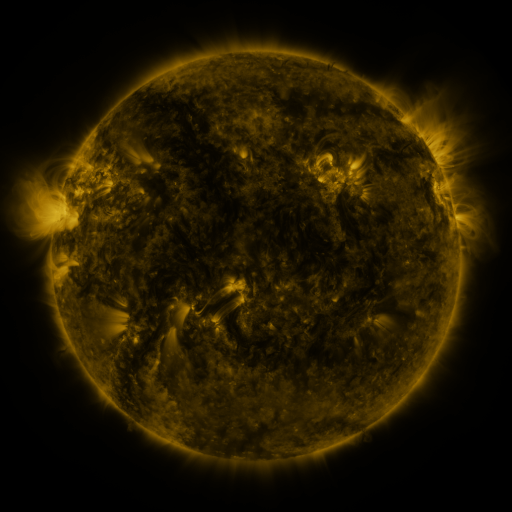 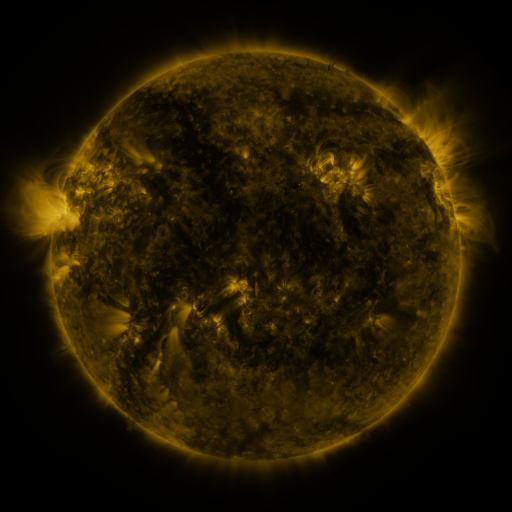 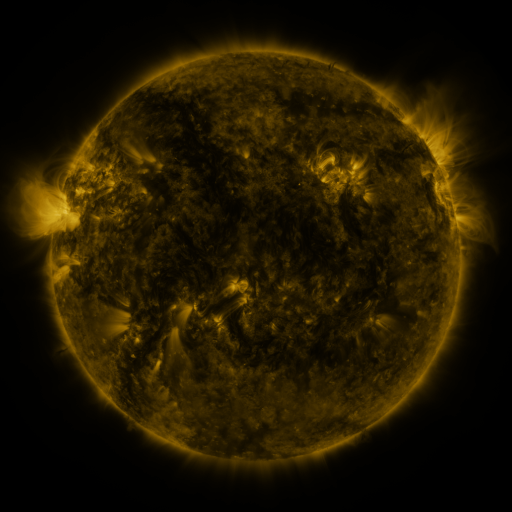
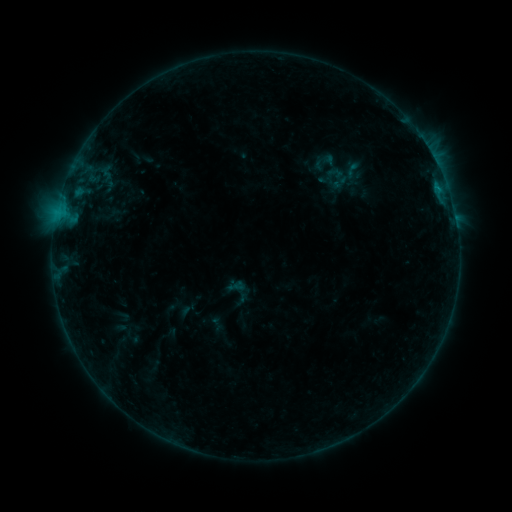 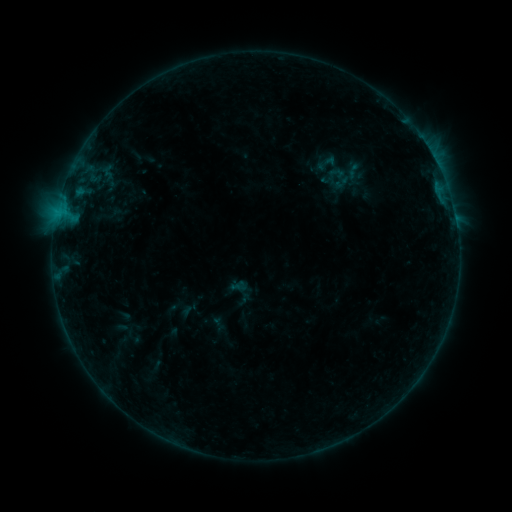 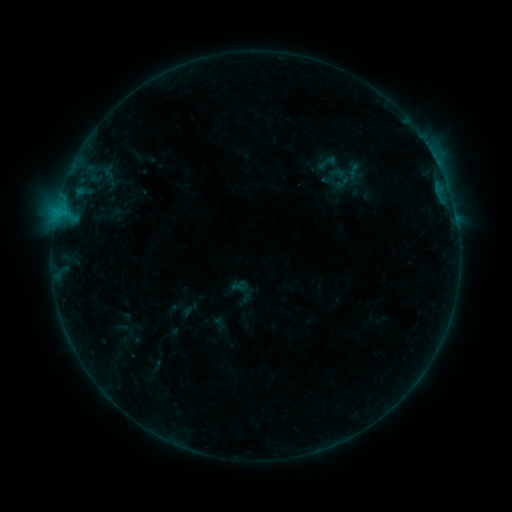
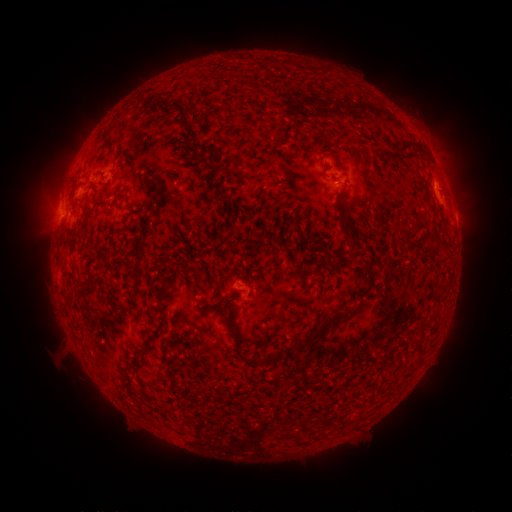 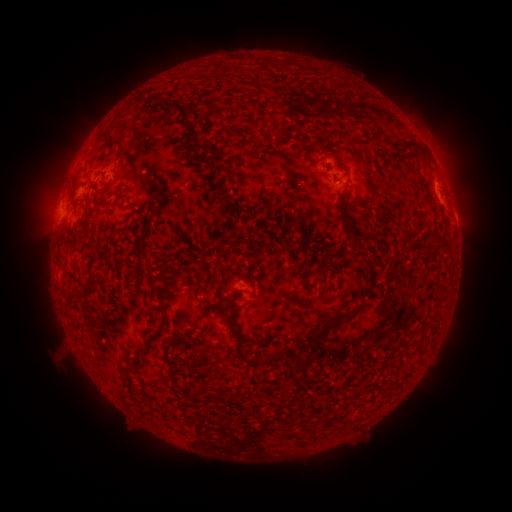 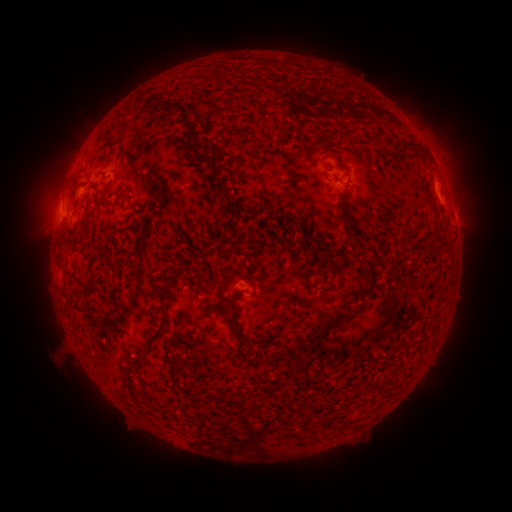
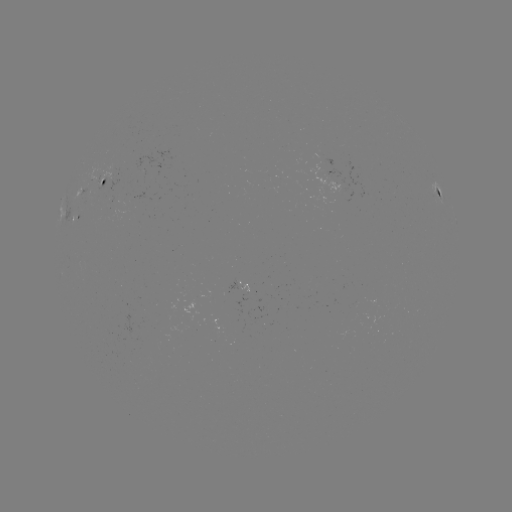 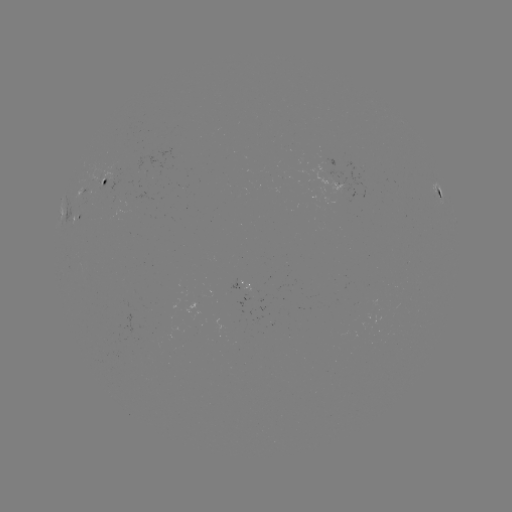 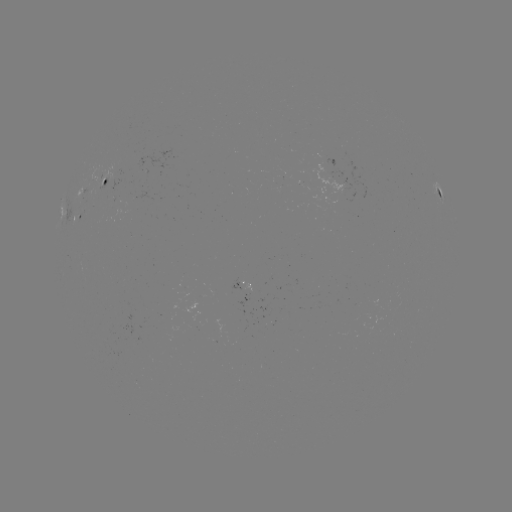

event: emerging-flux region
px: (99, 181)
